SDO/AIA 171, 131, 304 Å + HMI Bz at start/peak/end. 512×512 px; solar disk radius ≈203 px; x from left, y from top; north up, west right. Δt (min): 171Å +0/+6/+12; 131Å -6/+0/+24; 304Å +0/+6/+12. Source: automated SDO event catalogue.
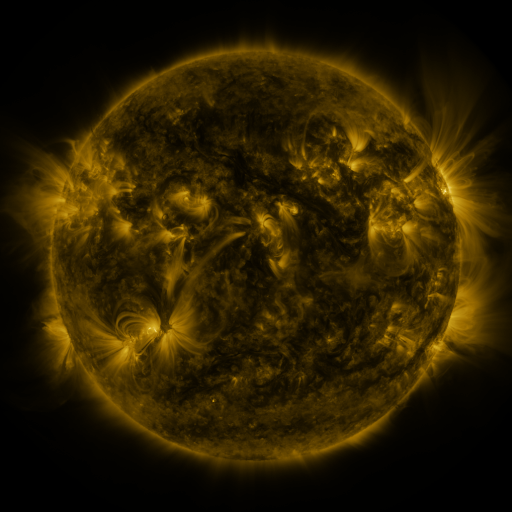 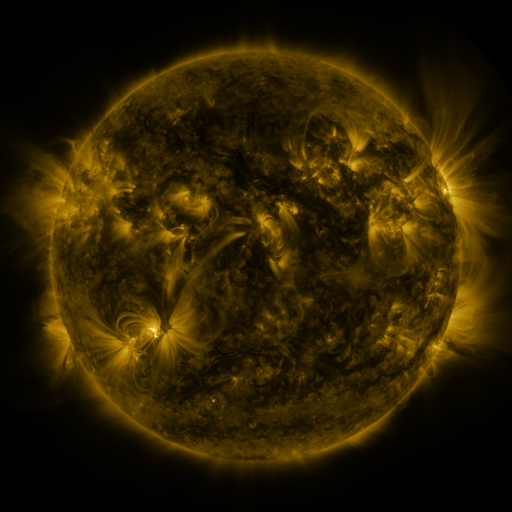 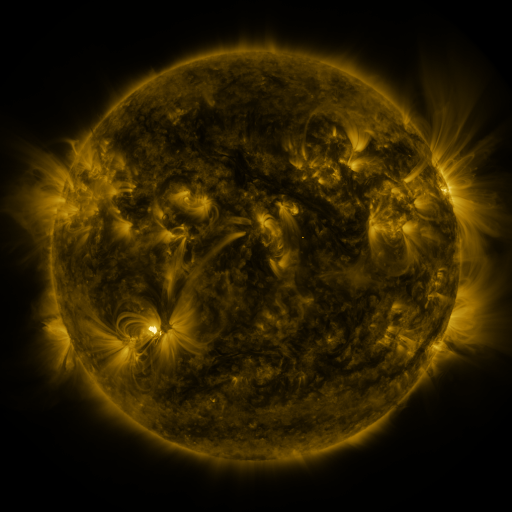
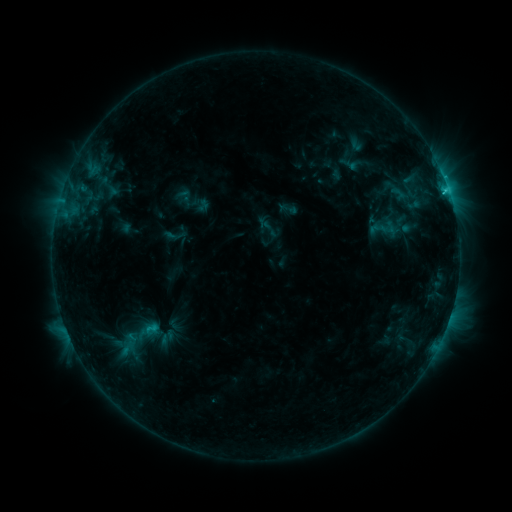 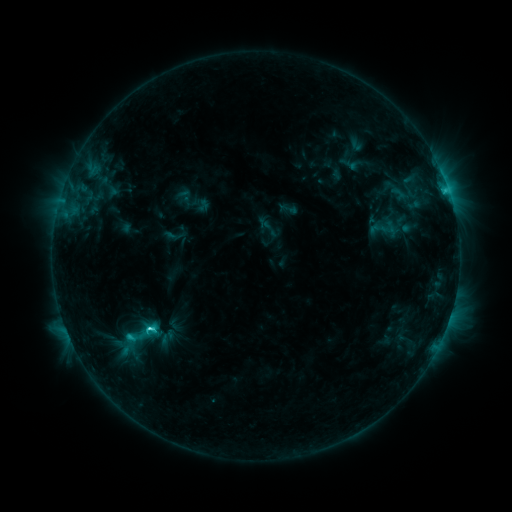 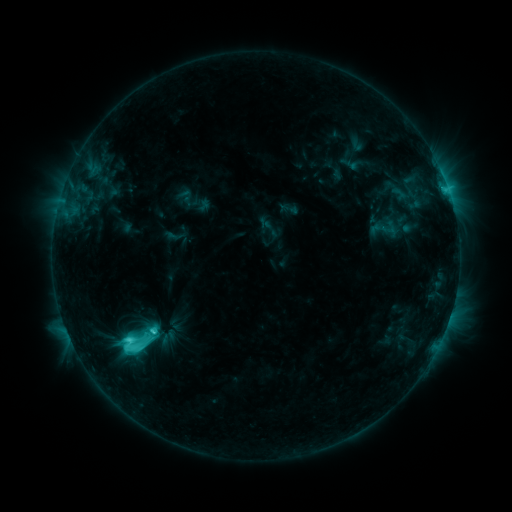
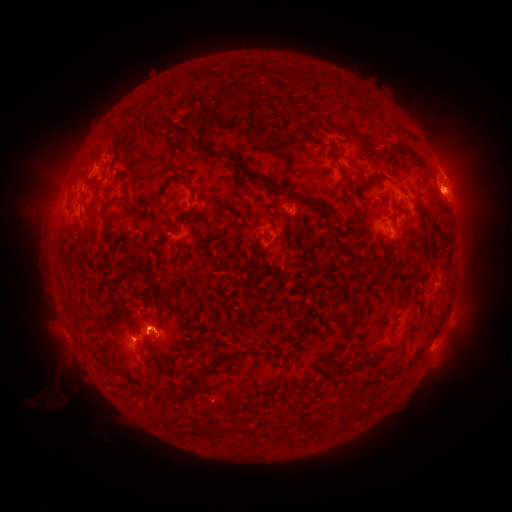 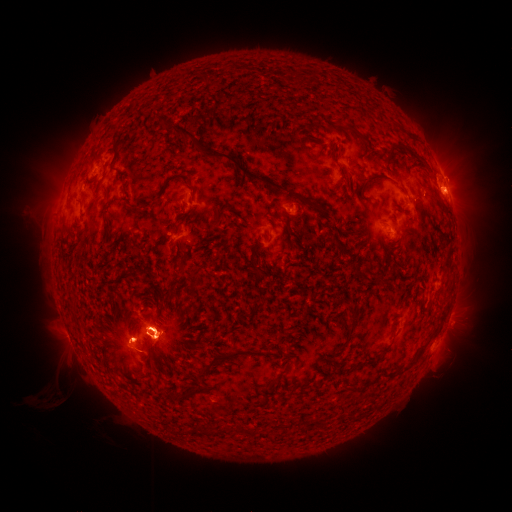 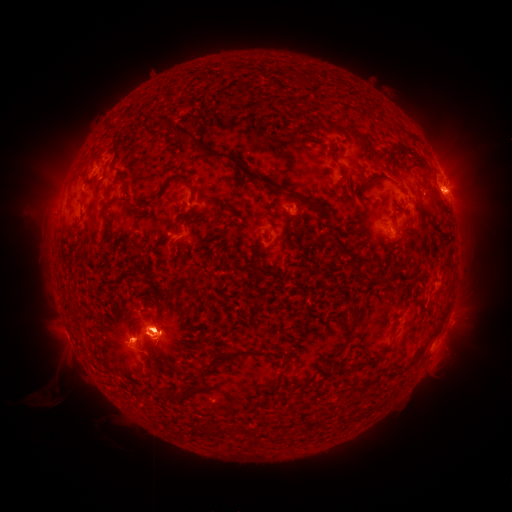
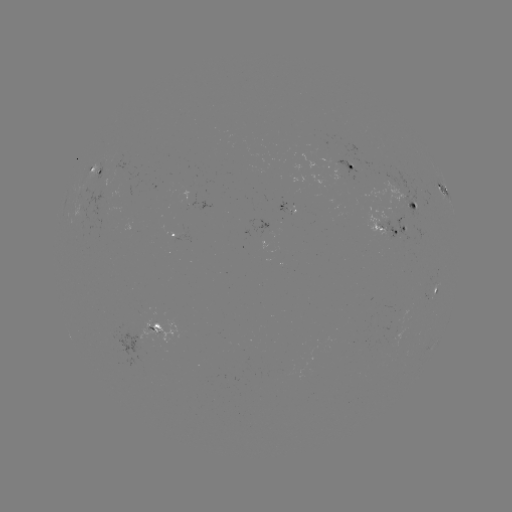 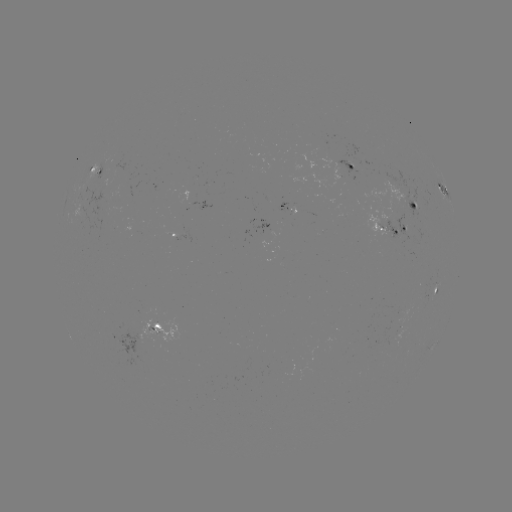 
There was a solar eruption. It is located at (62, 183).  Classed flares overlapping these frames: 1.